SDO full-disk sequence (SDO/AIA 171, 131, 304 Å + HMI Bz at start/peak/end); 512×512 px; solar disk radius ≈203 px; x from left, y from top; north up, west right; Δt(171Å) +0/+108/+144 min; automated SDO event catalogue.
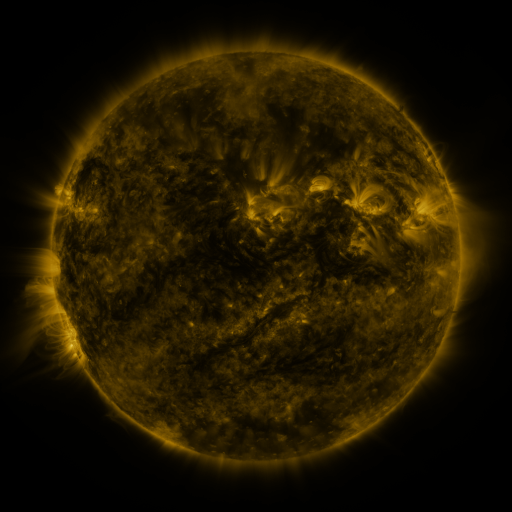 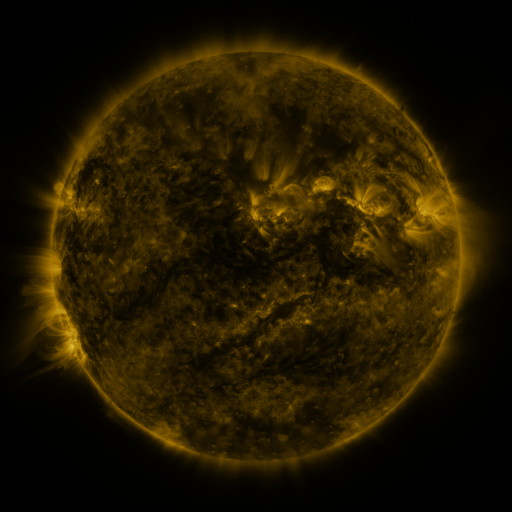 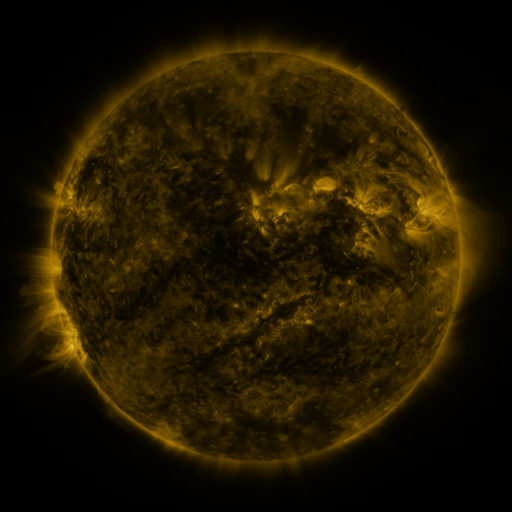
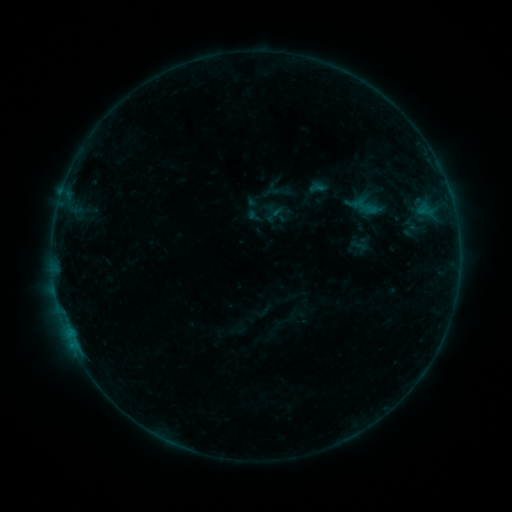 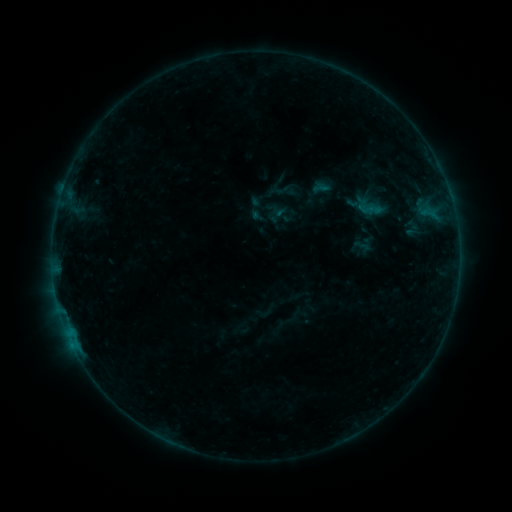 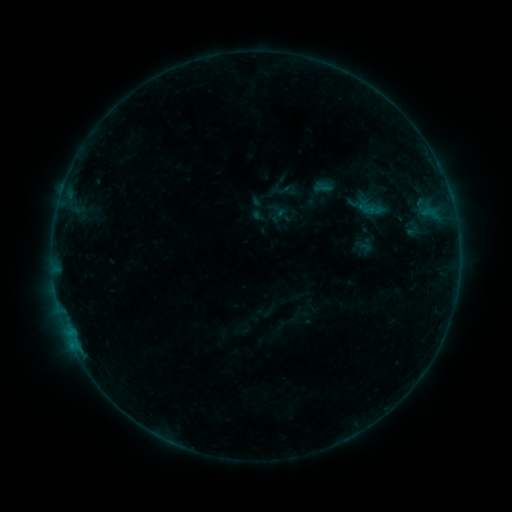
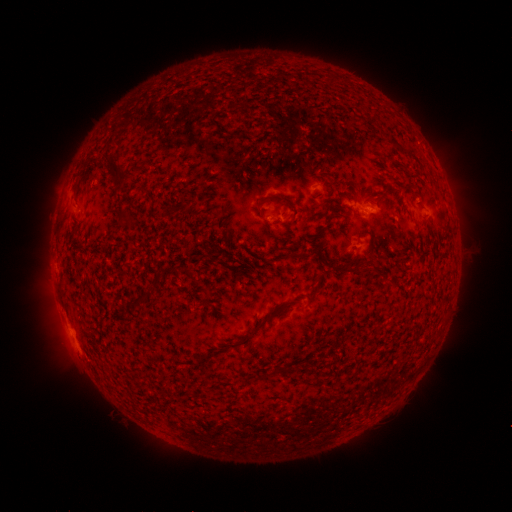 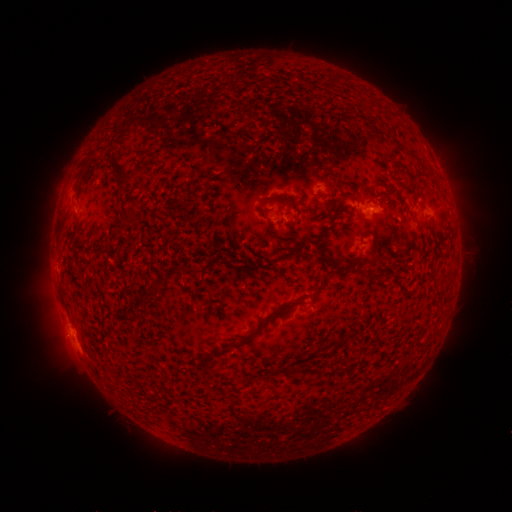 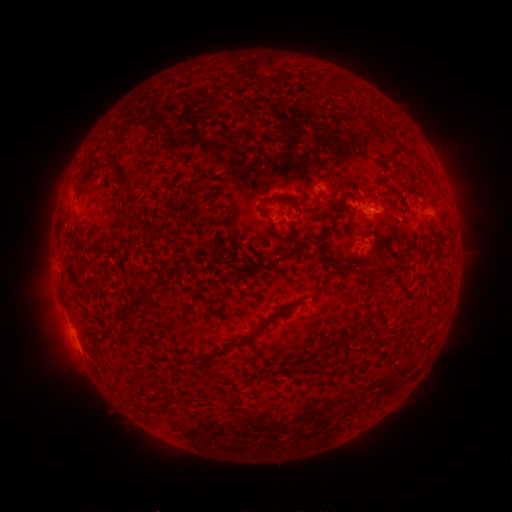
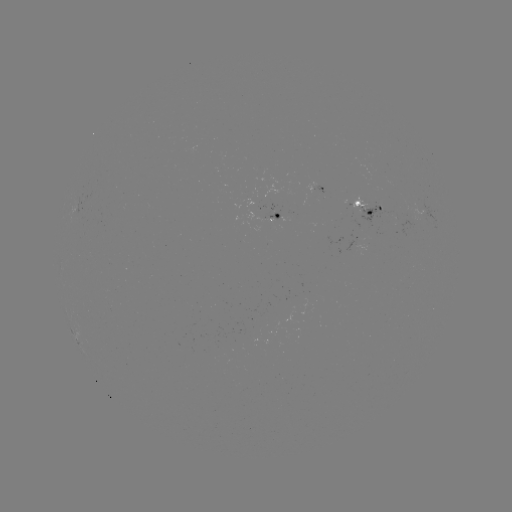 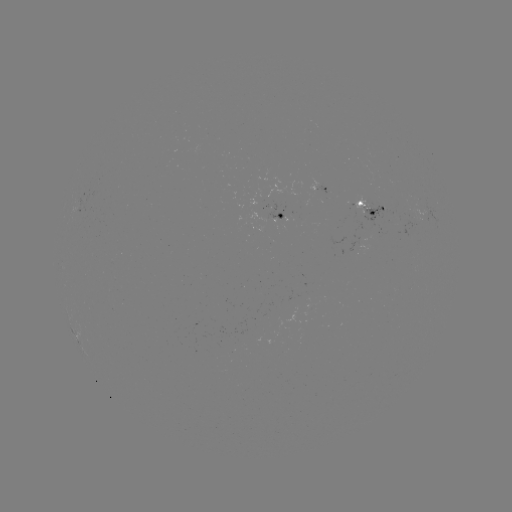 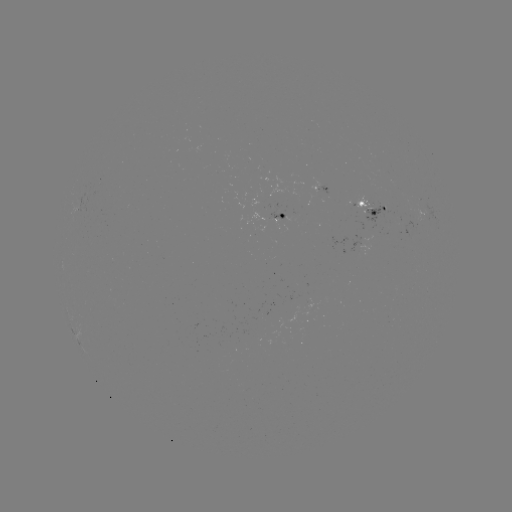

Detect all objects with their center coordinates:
emerging-flux region: (358, 209)
